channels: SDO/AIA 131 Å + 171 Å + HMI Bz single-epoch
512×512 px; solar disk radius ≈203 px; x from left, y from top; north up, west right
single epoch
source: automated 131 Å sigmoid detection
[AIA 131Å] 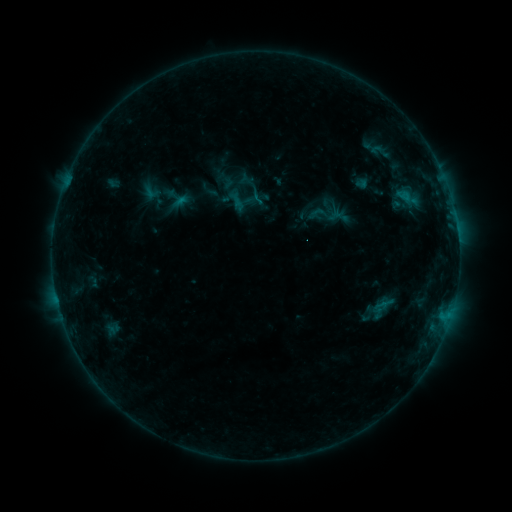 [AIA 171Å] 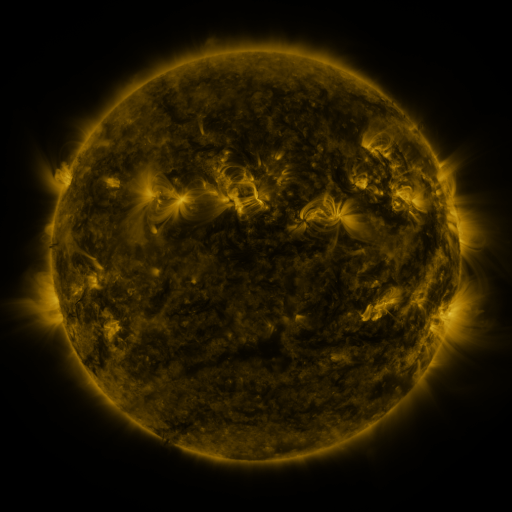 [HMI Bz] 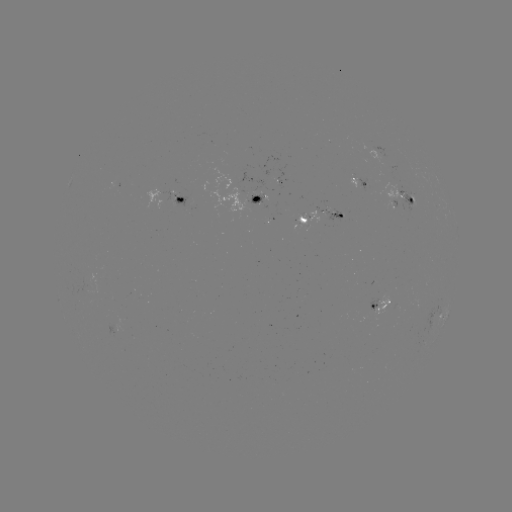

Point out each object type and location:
sigmoid: (325, 214)
sigmoid: (384, 306)
